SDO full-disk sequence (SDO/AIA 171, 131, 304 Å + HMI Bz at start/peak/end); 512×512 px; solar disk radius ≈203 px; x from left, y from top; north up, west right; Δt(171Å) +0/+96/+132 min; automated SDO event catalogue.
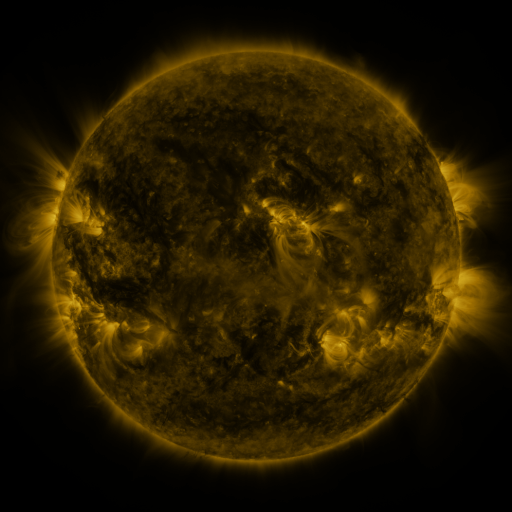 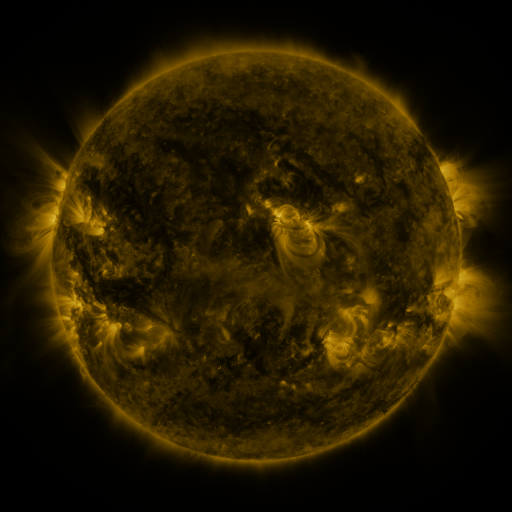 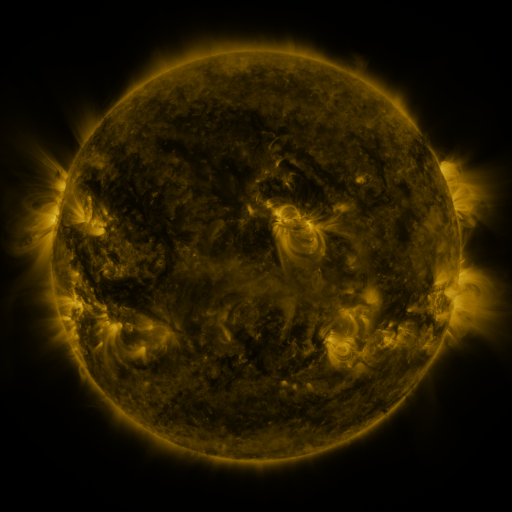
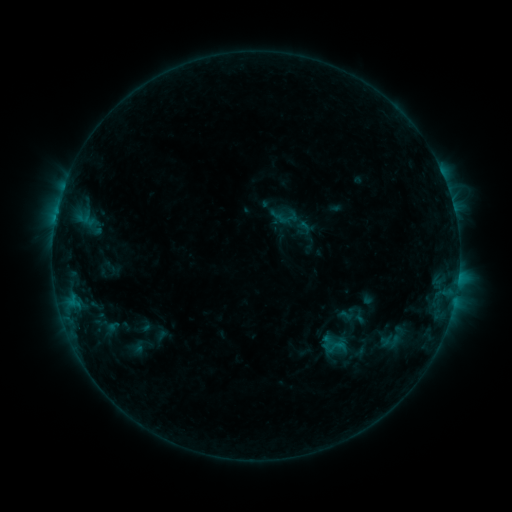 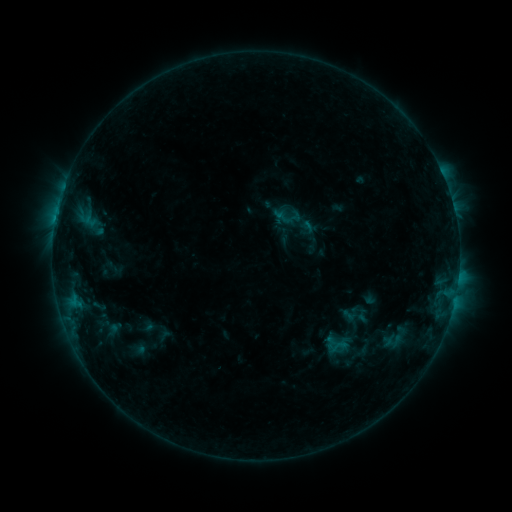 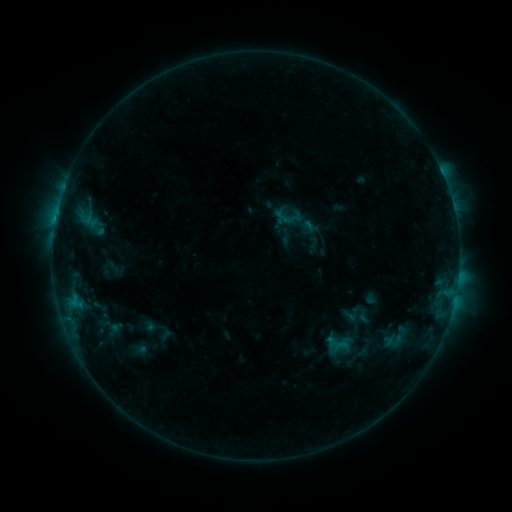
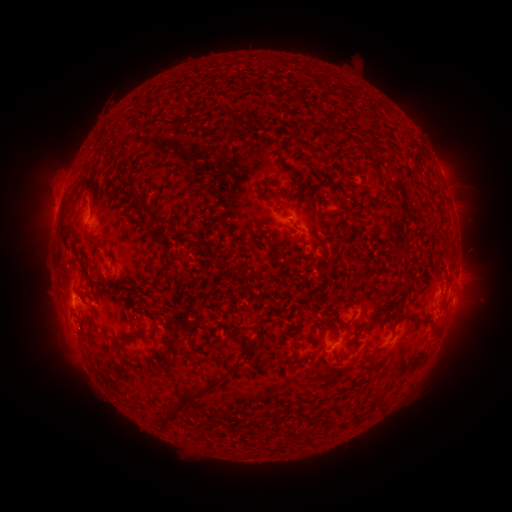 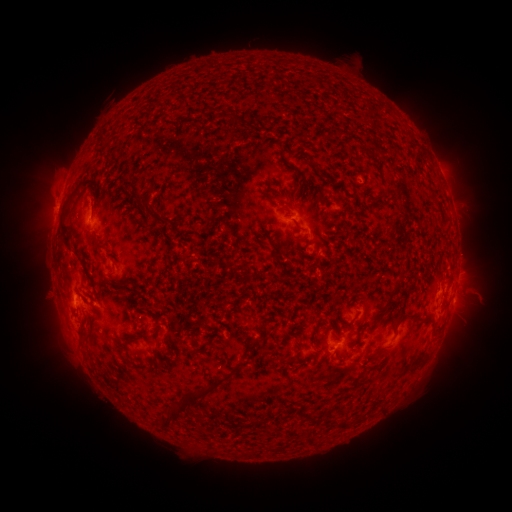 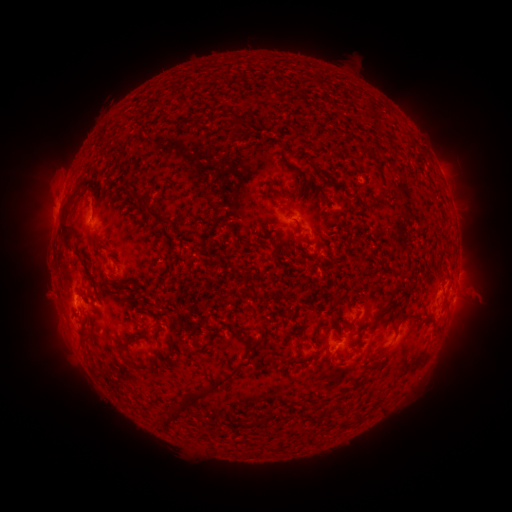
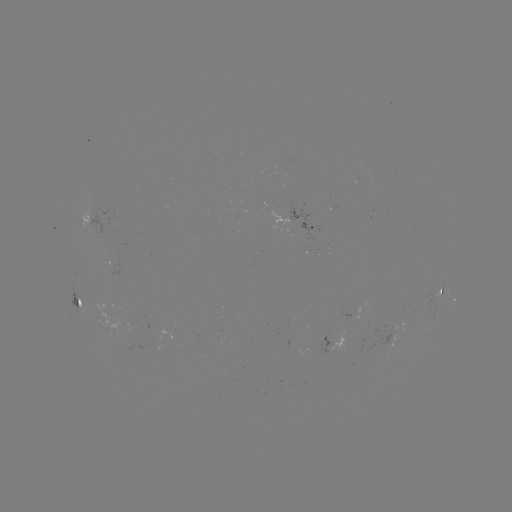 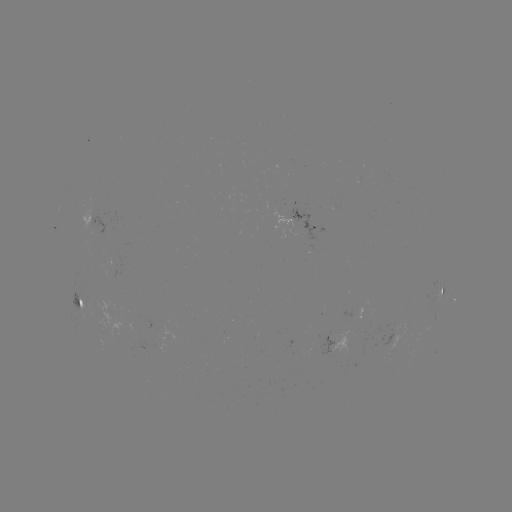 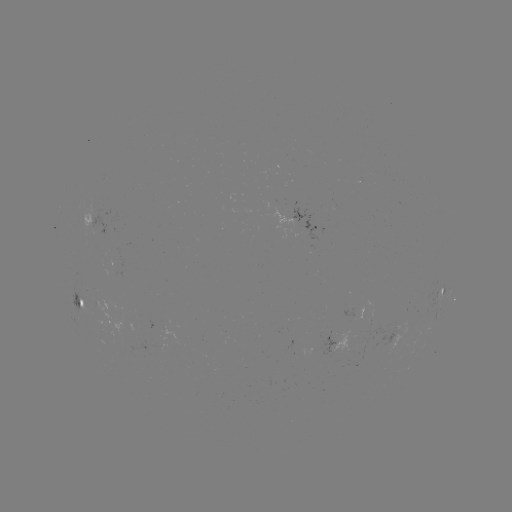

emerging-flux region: [289, 208, 320, 240]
